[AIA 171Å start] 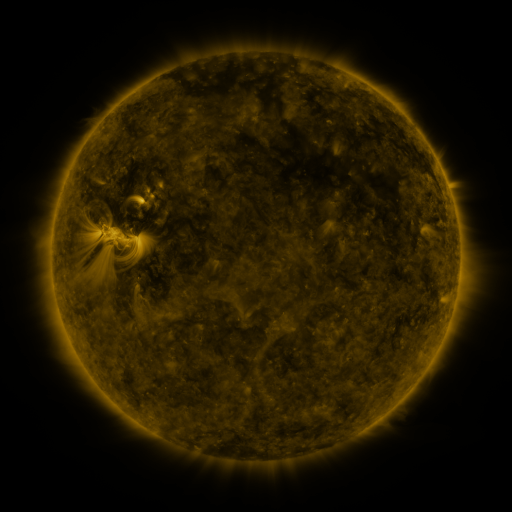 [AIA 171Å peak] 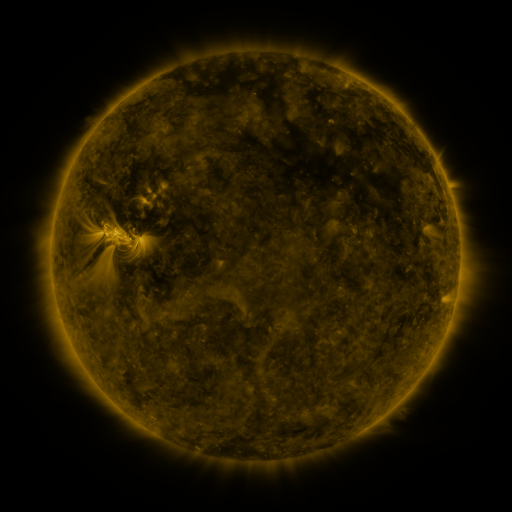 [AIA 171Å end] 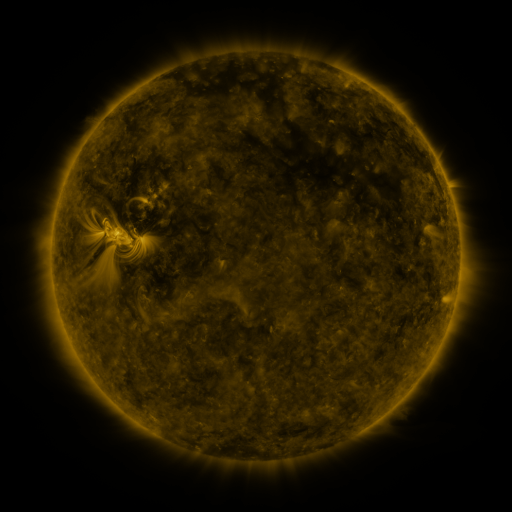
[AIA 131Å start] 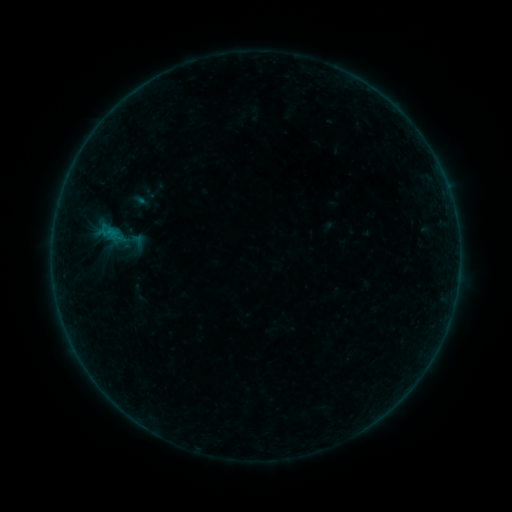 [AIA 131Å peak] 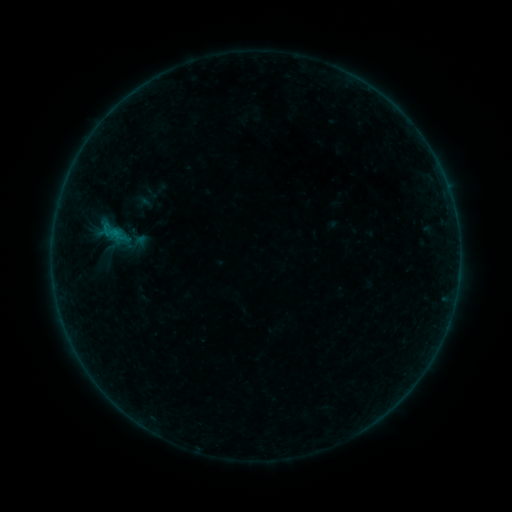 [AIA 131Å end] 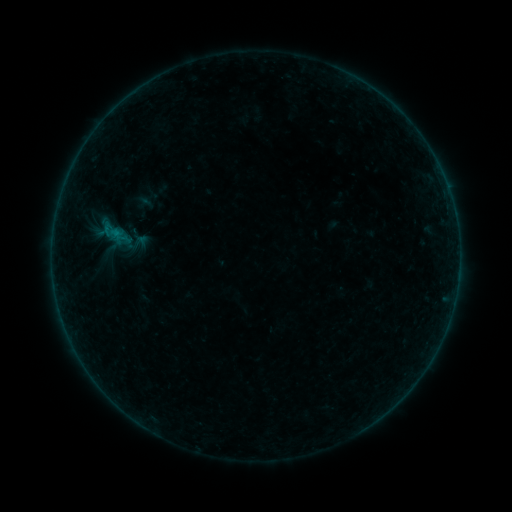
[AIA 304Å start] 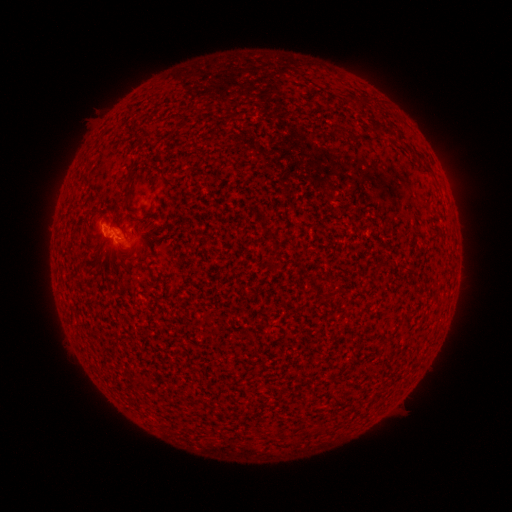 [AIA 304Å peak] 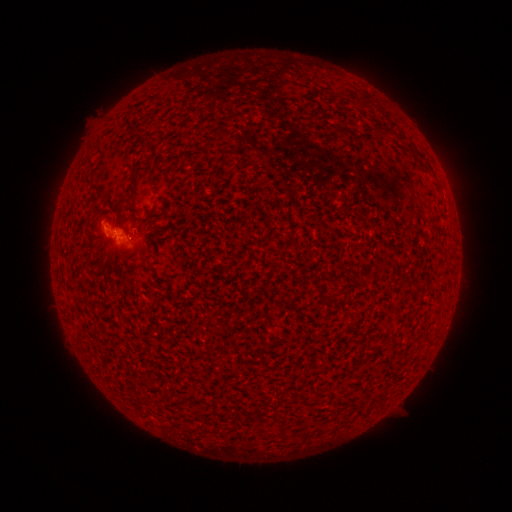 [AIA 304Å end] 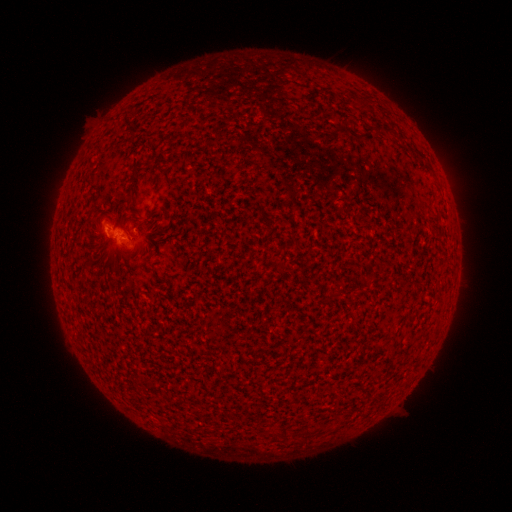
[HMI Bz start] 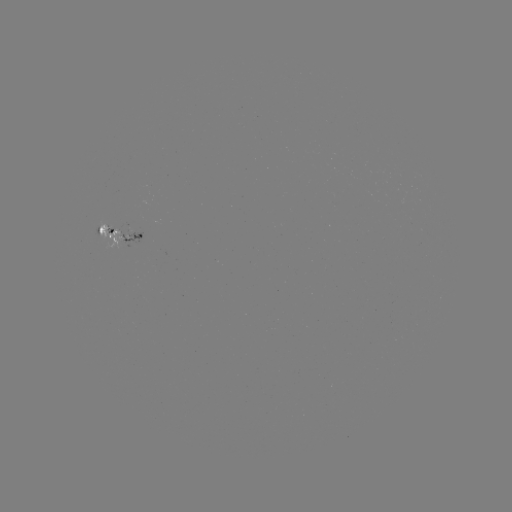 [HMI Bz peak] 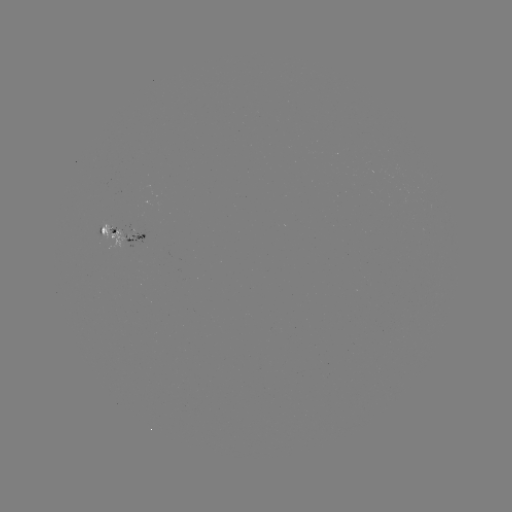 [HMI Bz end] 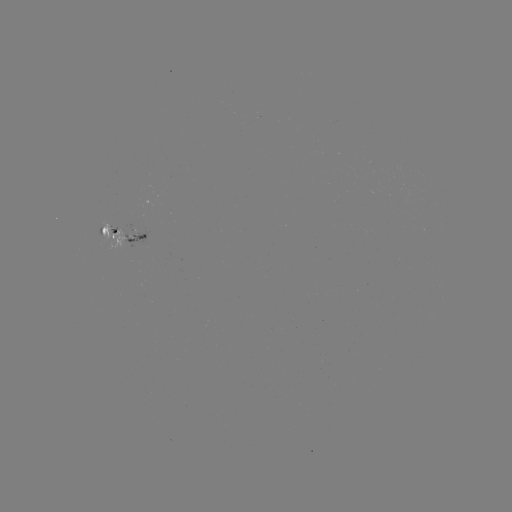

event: emerging-flux region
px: (101, 235)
